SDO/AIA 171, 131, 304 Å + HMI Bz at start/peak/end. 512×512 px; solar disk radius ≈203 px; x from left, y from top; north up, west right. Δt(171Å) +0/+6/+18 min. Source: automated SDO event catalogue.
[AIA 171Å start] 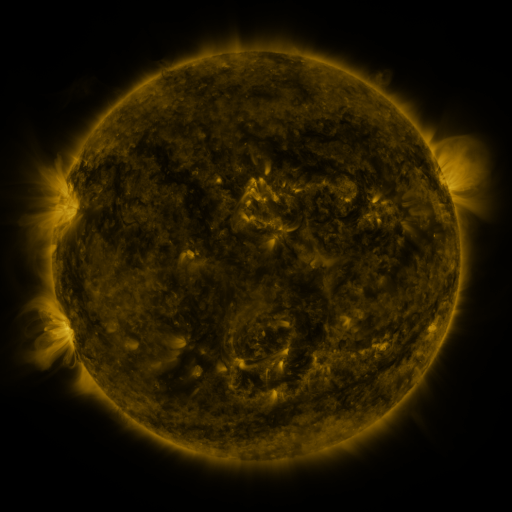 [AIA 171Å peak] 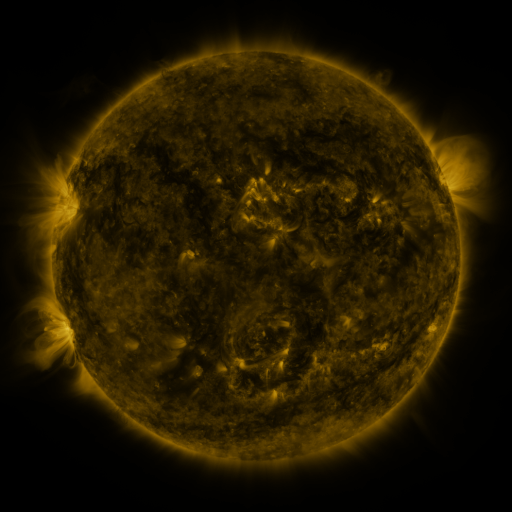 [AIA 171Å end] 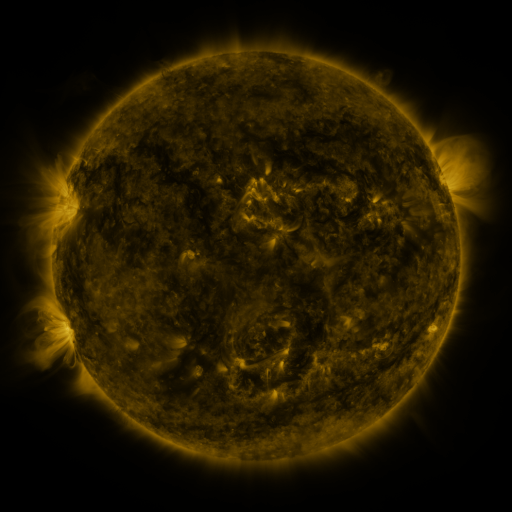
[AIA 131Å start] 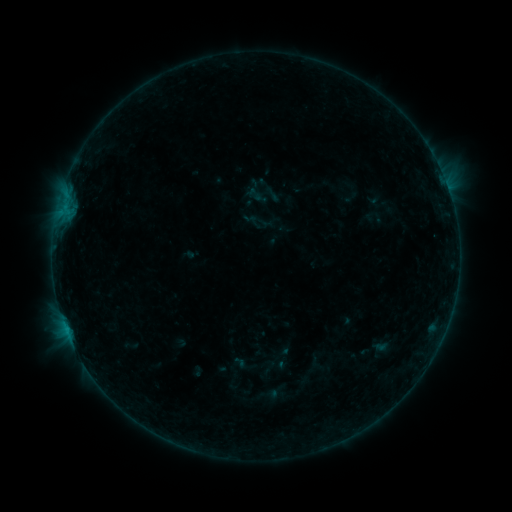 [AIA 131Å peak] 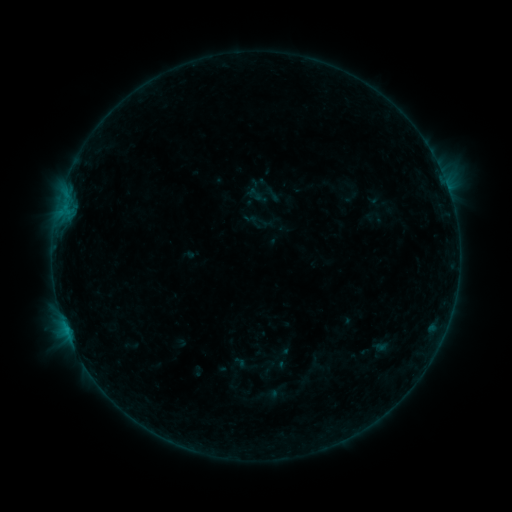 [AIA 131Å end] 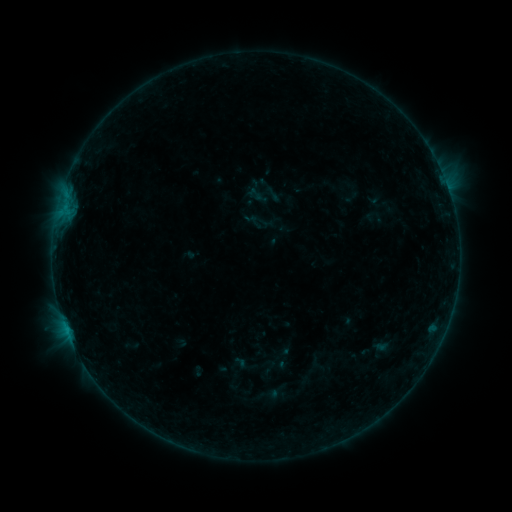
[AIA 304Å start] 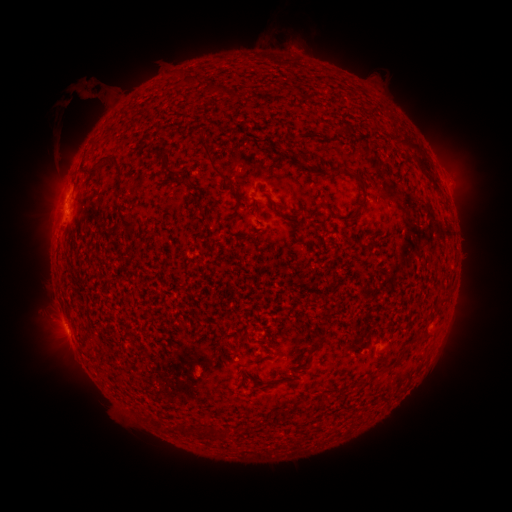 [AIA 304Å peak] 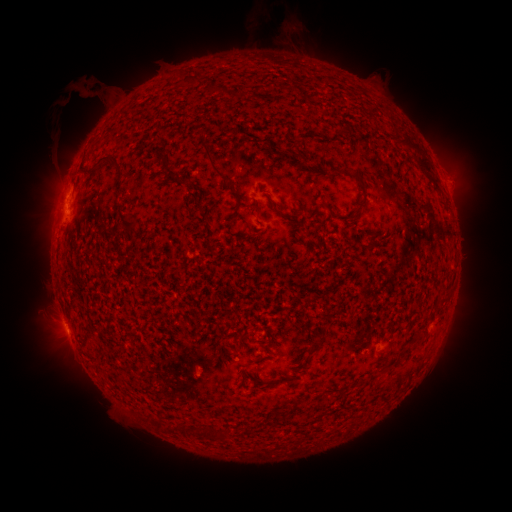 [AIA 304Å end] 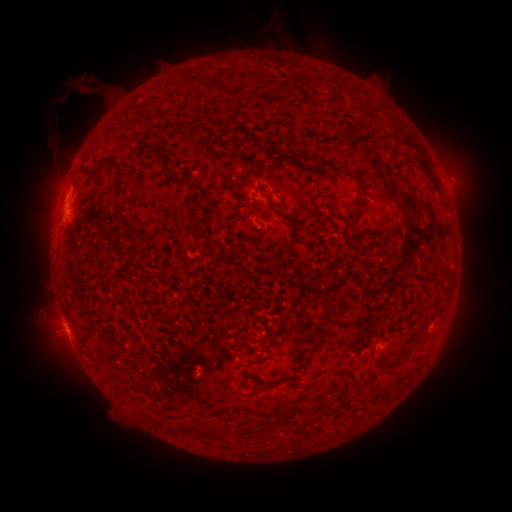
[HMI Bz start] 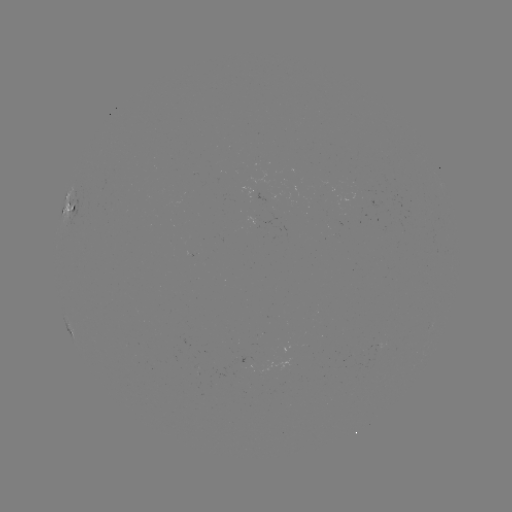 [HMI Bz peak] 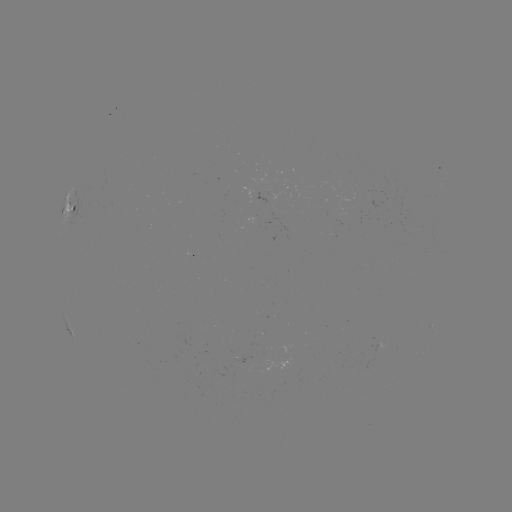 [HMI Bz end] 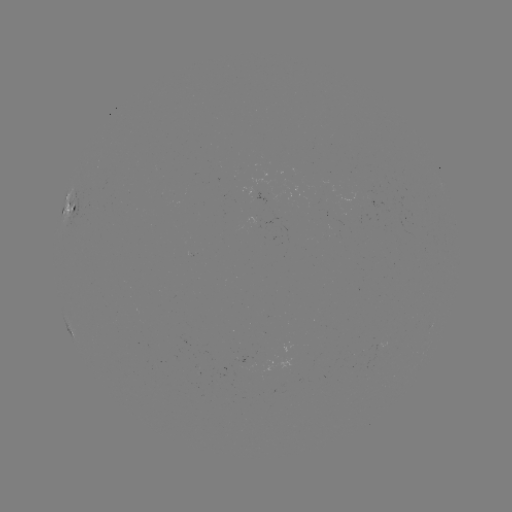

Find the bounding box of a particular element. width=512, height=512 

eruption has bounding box [262, 10, 317, 67].